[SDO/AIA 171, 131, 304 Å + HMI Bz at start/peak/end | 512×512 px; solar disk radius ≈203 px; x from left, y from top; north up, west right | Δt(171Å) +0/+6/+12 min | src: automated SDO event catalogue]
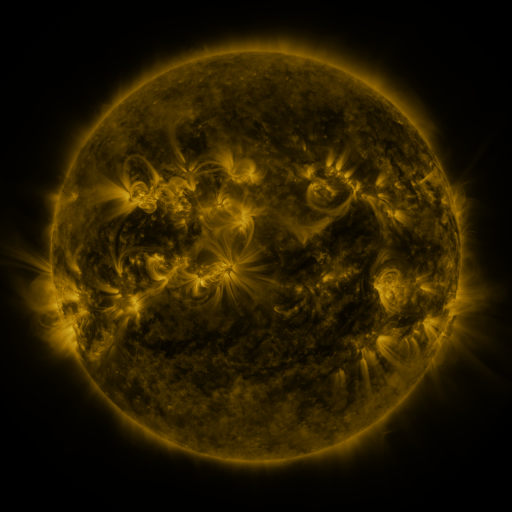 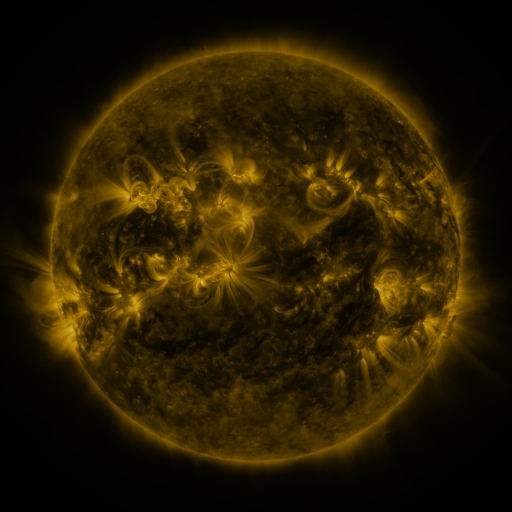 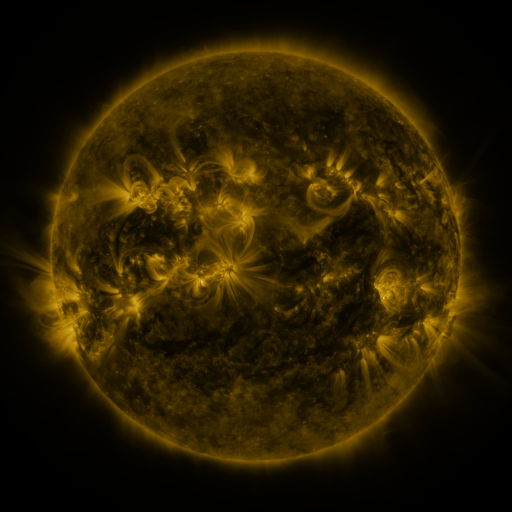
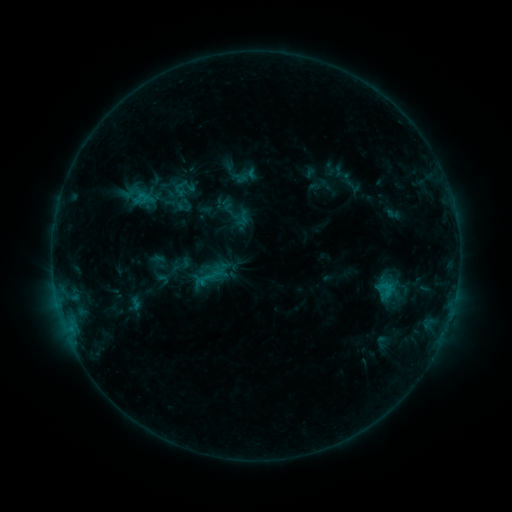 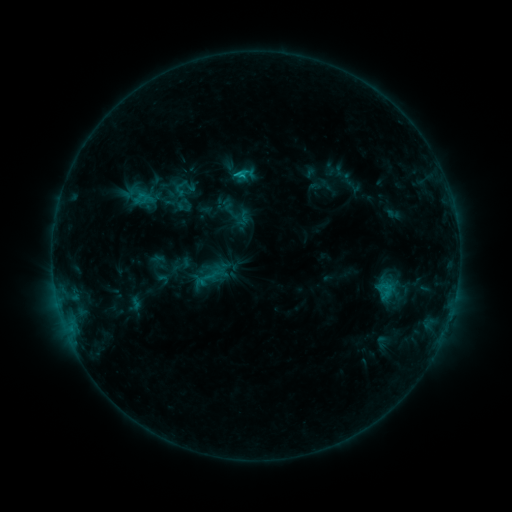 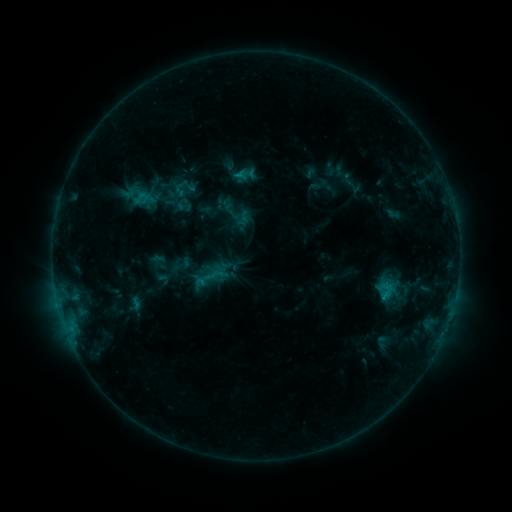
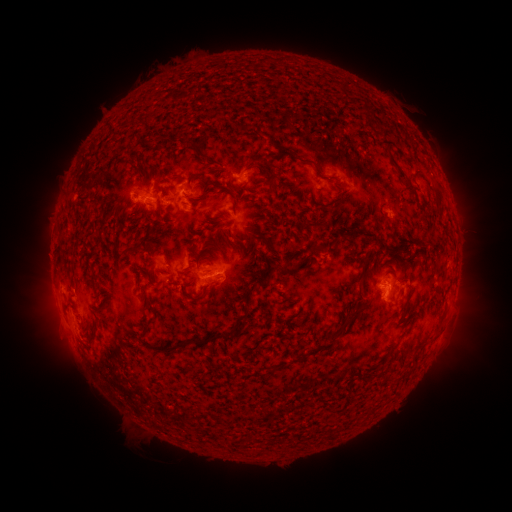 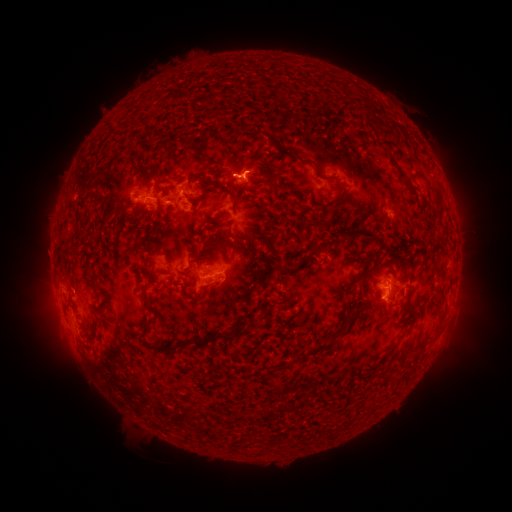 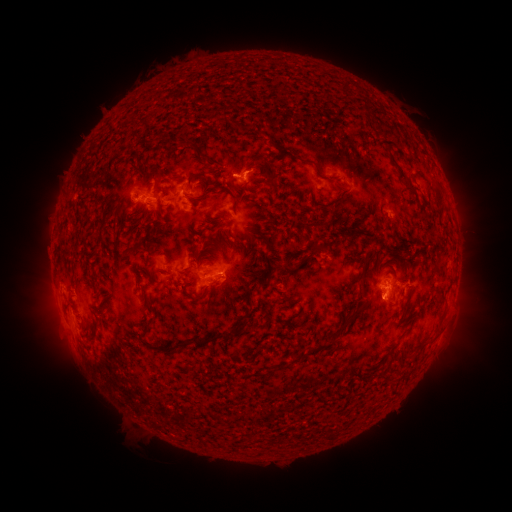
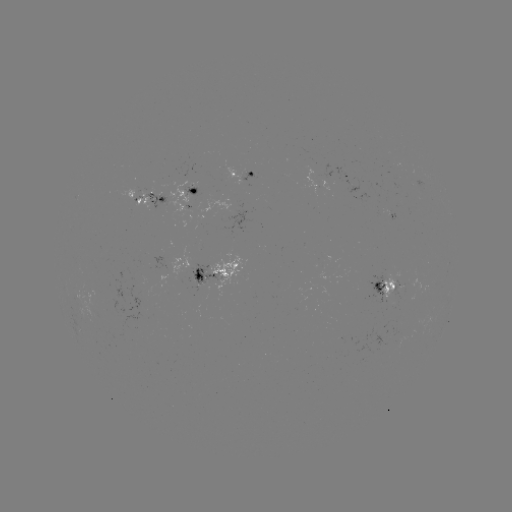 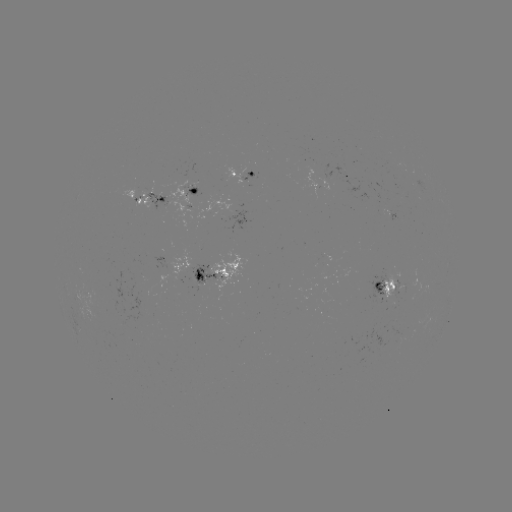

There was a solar flare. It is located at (238, 175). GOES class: C1.0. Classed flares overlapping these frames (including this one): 1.